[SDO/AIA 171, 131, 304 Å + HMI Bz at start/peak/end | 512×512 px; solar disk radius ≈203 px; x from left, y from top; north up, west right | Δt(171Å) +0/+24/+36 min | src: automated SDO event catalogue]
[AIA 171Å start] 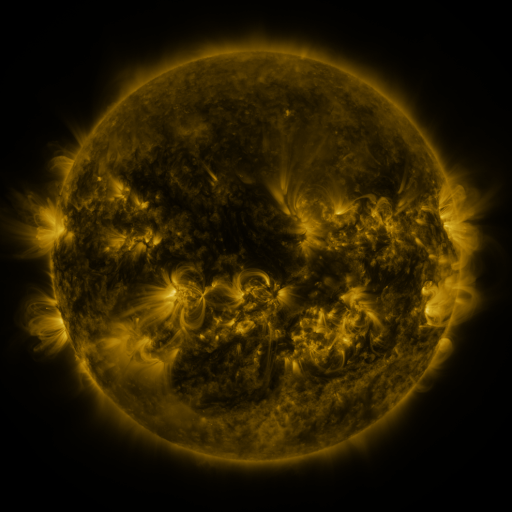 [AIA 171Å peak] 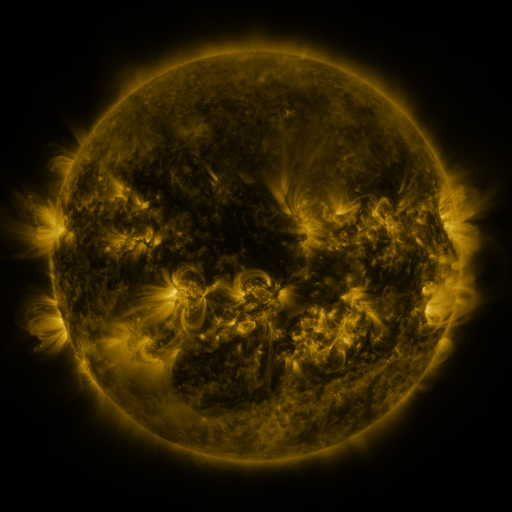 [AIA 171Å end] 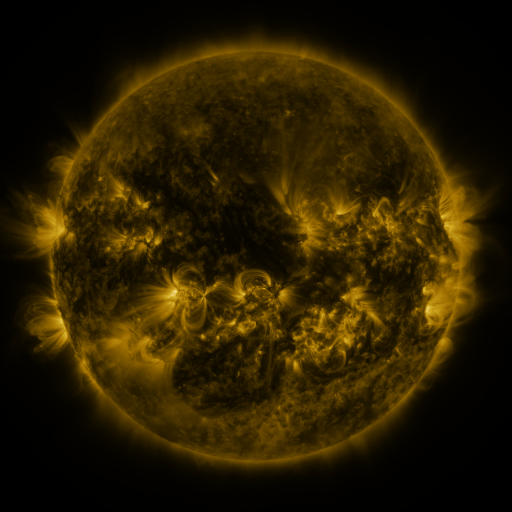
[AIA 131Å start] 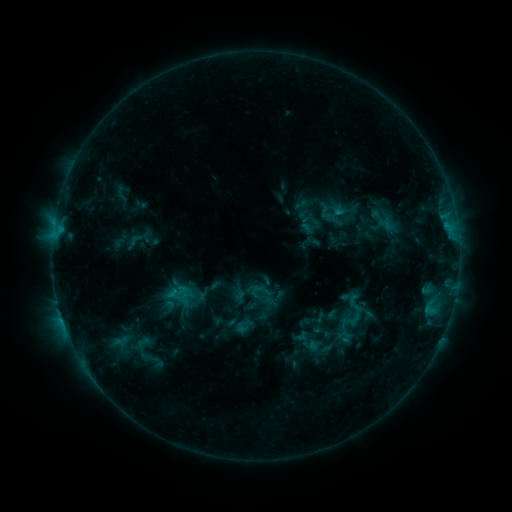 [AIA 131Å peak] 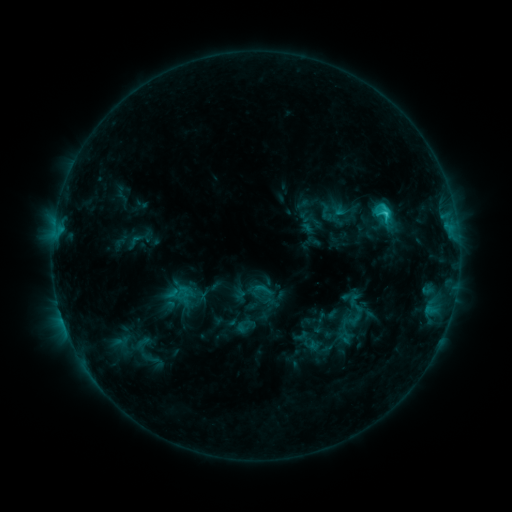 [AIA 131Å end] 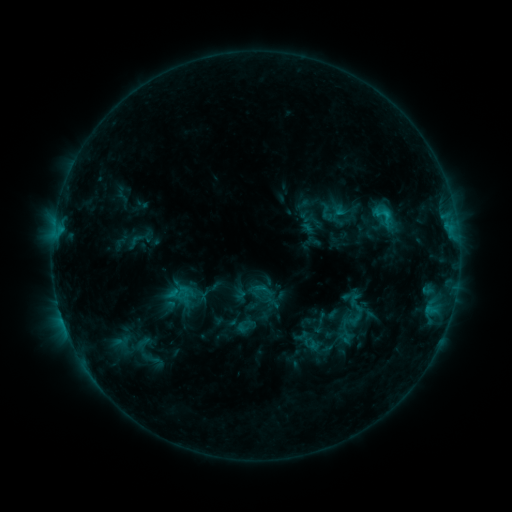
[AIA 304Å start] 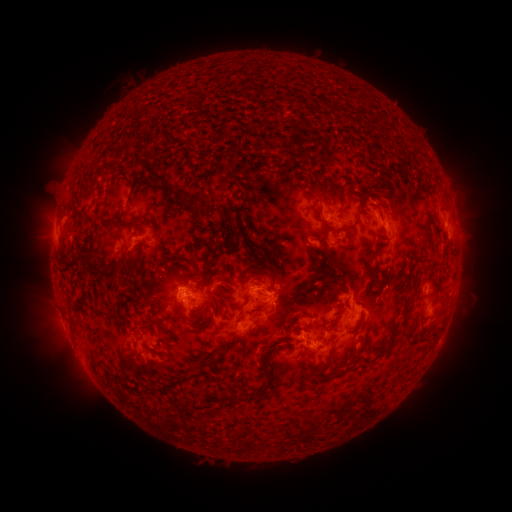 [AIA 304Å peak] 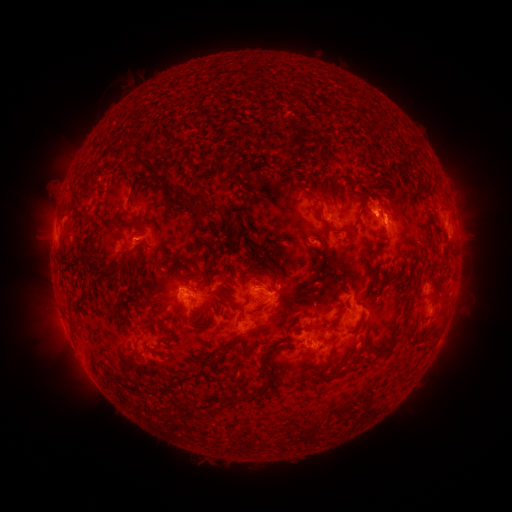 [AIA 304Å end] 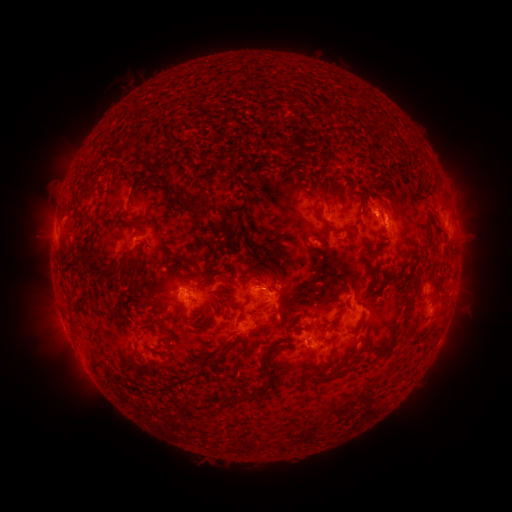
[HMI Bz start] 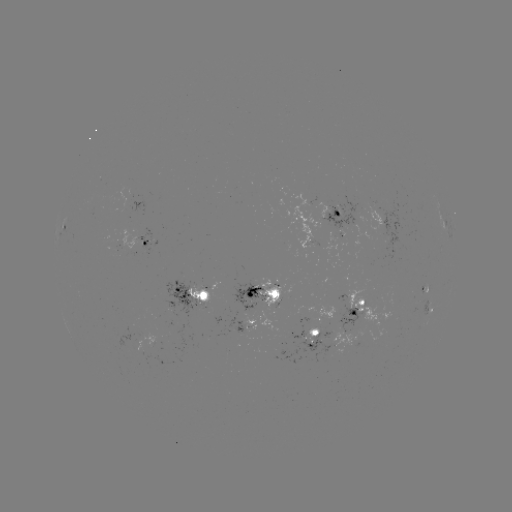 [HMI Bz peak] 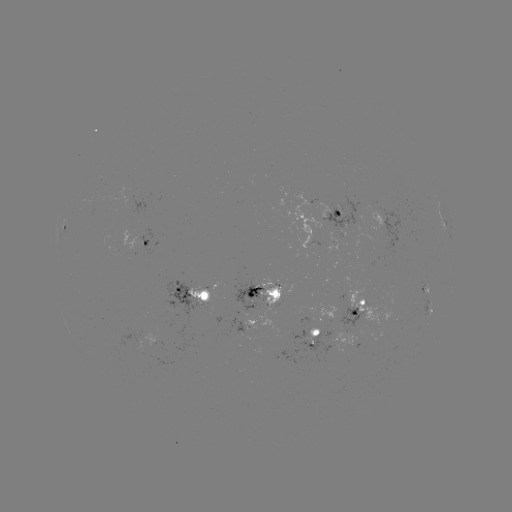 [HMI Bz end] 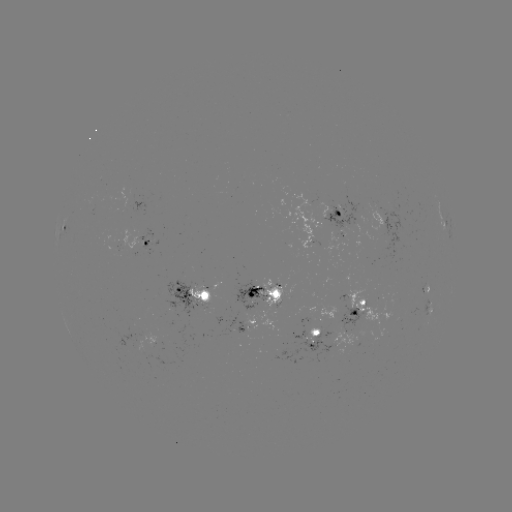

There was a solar flare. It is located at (385, 215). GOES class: C2.6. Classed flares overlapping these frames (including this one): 1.